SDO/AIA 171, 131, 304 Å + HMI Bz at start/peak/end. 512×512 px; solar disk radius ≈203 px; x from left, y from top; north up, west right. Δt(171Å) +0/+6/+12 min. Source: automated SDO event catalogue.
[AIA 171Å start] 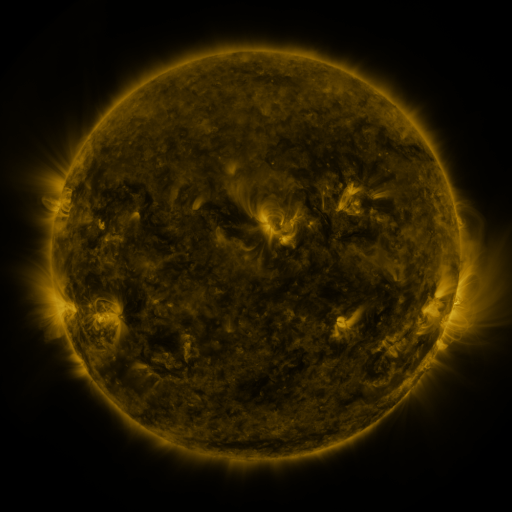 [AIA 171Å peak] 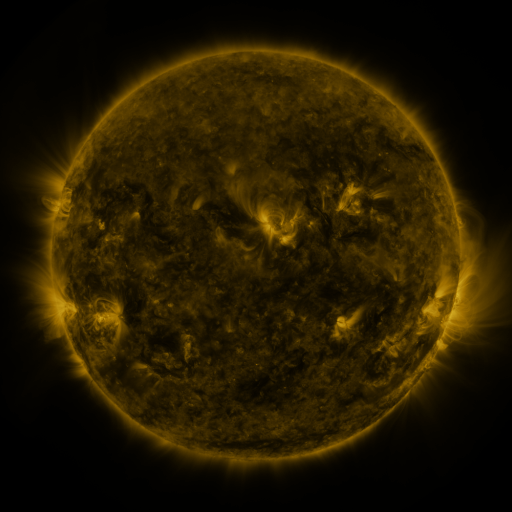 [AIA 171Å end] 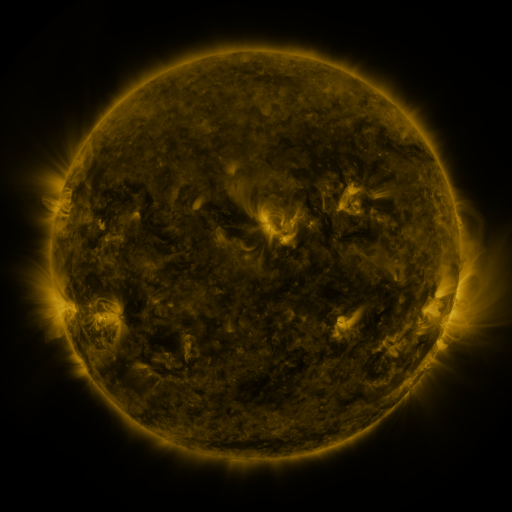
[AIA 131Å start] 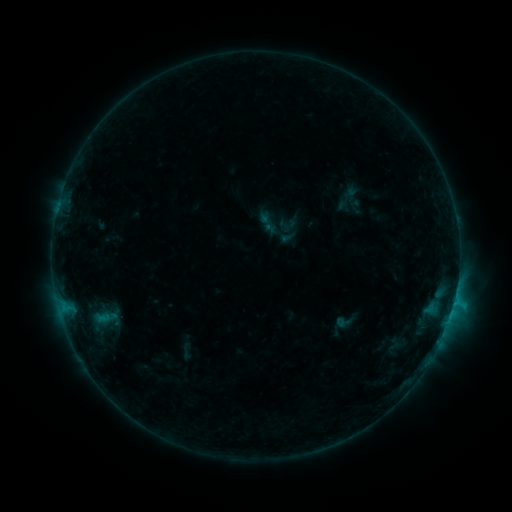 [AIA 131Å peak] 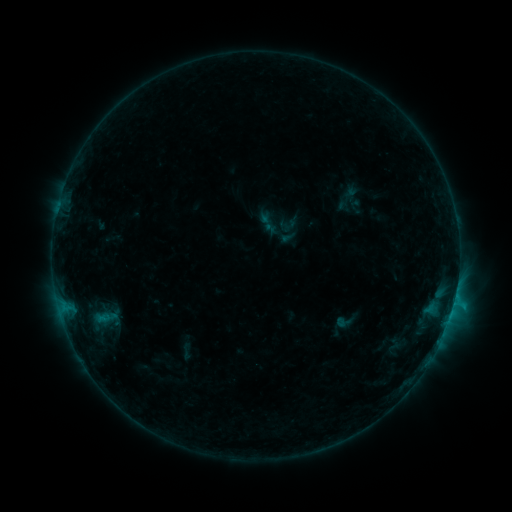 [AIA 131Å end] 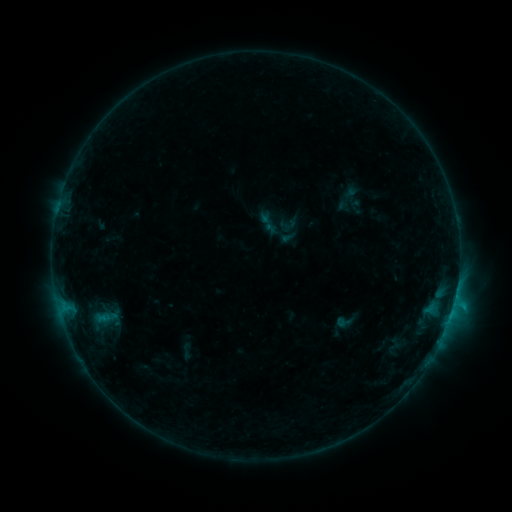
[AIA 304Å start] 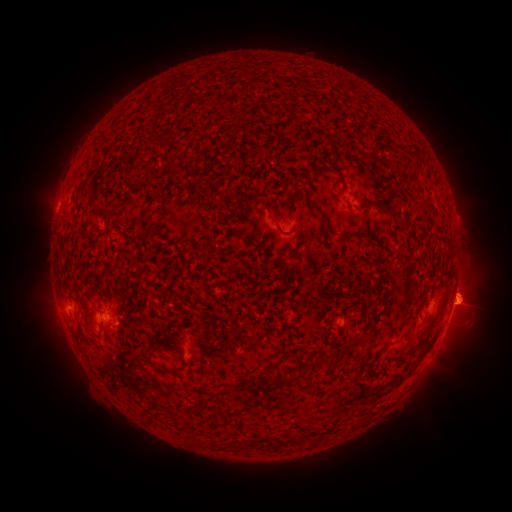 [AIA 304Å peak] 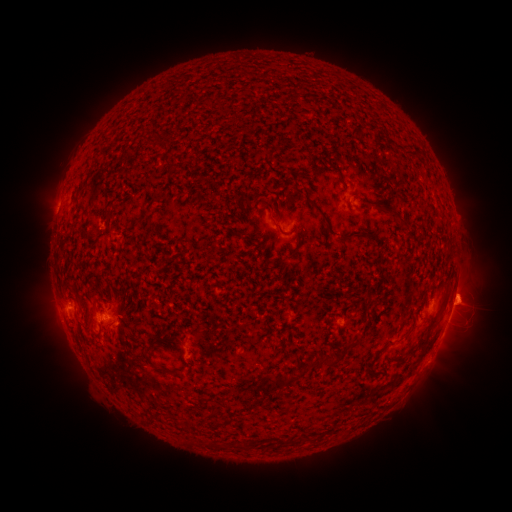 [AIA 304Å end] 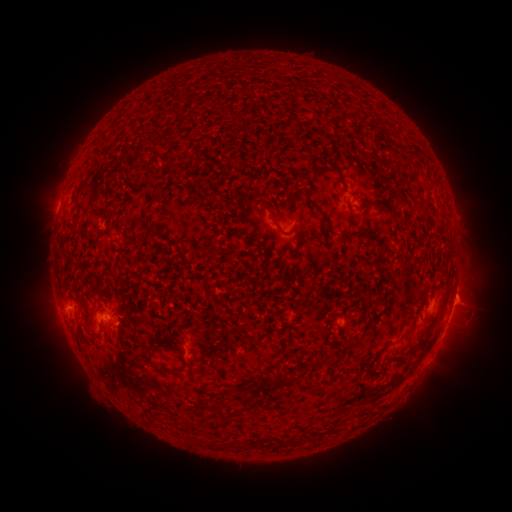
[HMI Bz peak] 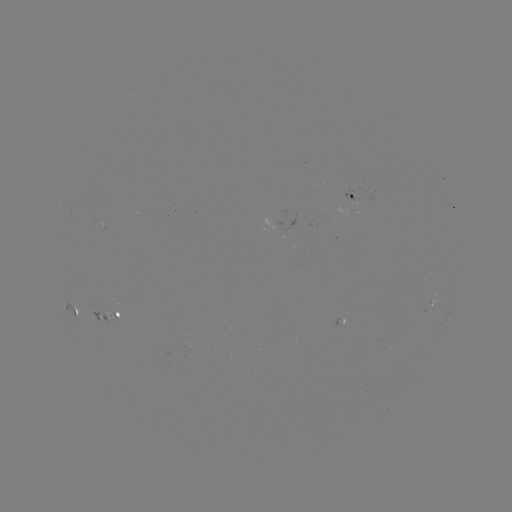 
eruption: [445, 270, 496, 318]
